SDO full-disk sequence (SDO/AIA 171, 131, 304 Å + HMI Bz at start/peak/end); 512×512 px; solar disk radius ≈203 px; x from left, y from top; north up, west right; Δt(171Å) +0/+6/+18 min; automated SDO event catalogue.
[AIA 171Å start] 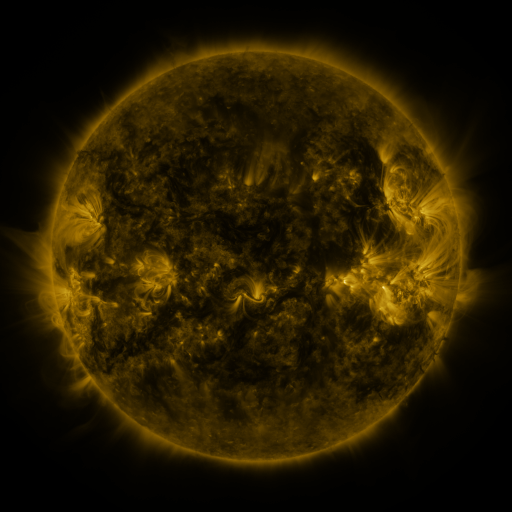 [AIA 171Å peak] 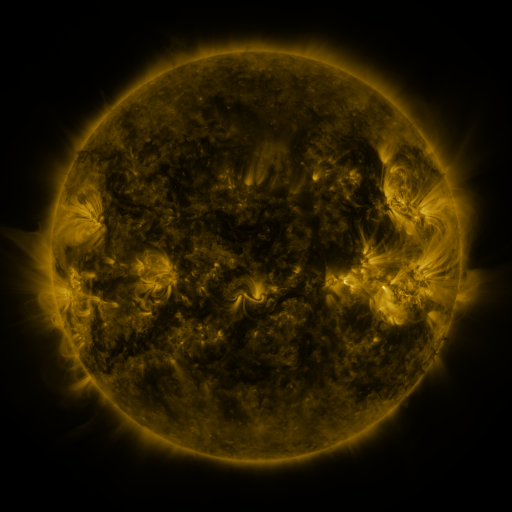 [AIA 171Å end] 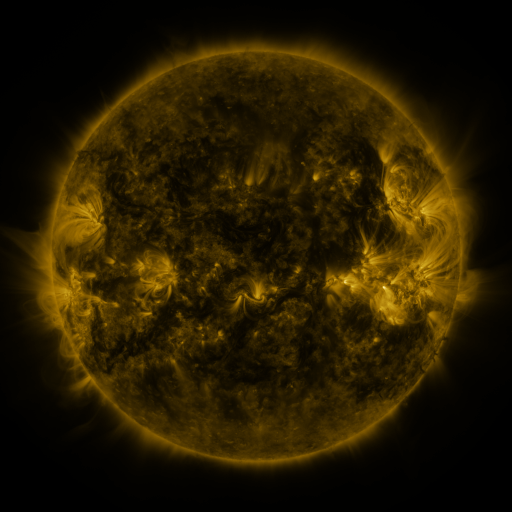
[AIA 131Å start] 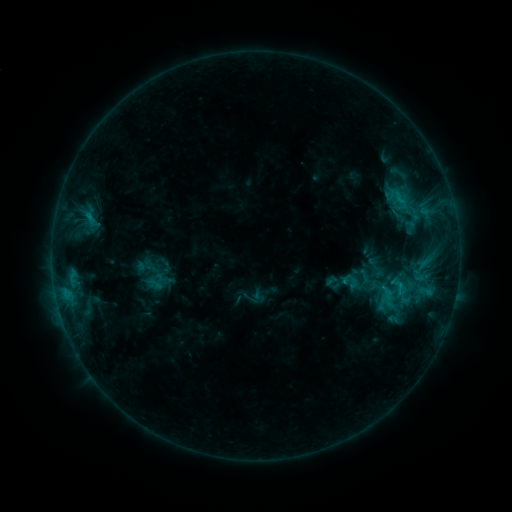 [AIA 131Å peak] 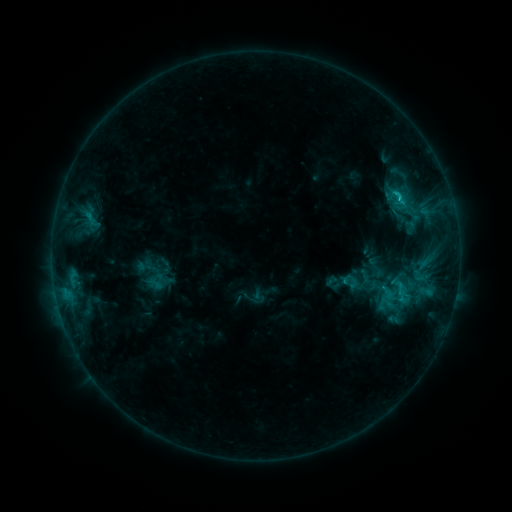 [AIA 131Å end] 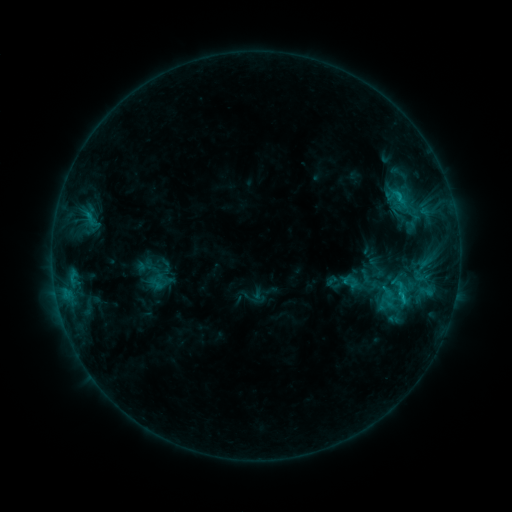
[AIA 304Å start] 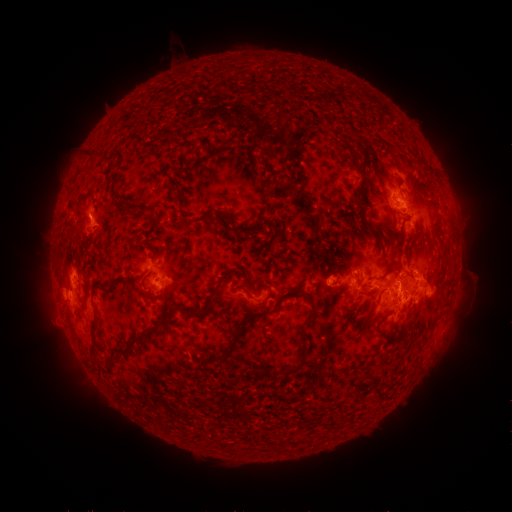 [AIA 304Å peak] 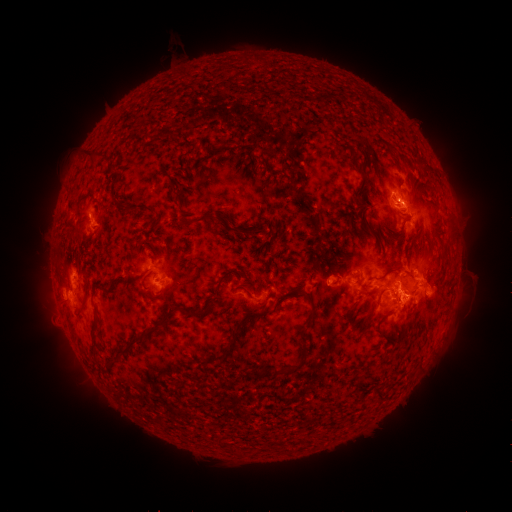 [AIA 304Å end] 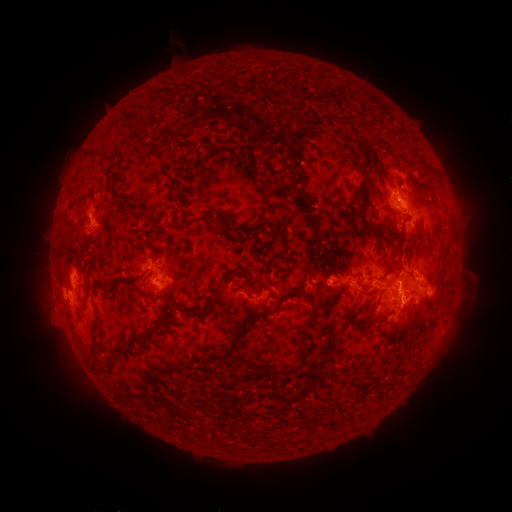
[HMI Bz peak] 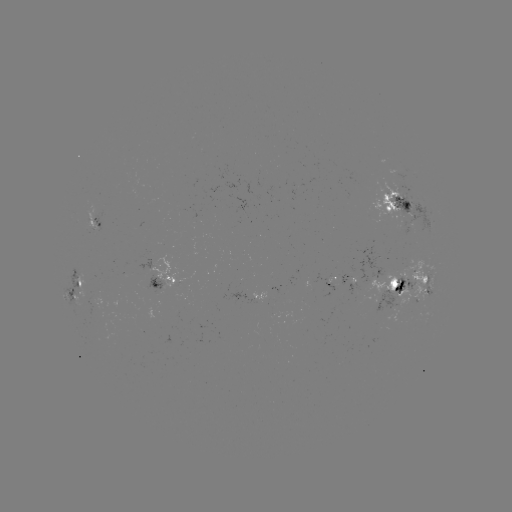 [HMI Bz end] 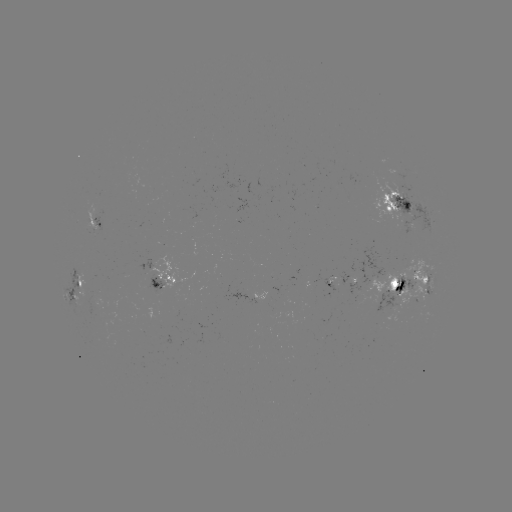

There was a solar flare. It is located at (399, 198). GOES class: C2.1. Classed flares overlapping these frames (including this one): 1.